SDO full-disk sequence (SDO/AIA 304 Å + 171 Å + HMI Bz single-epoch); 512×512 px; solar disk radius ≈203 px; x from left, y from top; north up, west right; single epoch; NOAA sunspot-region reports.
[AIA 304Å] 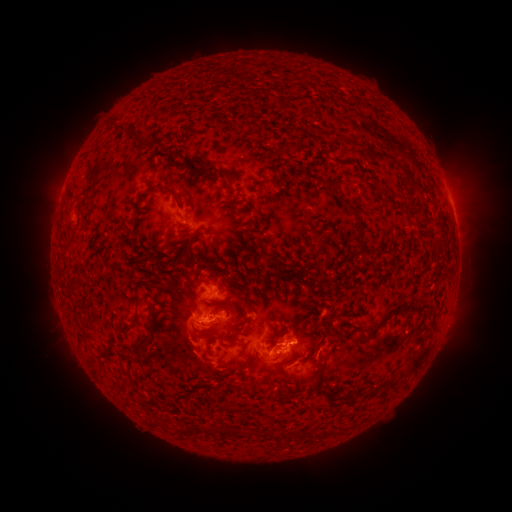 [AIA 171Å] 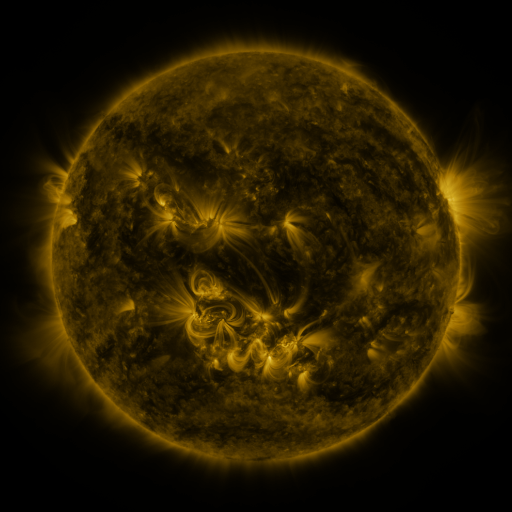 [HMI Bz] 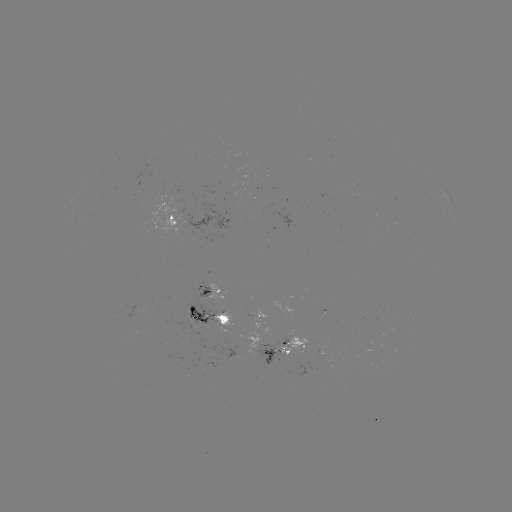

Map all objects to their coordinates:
spotted active region: (171, 220)
spotted active region: (214, 291)
spotted active region: (208, 318)
spotted active region: (297, 345)
spotted active region: (274, 354)
